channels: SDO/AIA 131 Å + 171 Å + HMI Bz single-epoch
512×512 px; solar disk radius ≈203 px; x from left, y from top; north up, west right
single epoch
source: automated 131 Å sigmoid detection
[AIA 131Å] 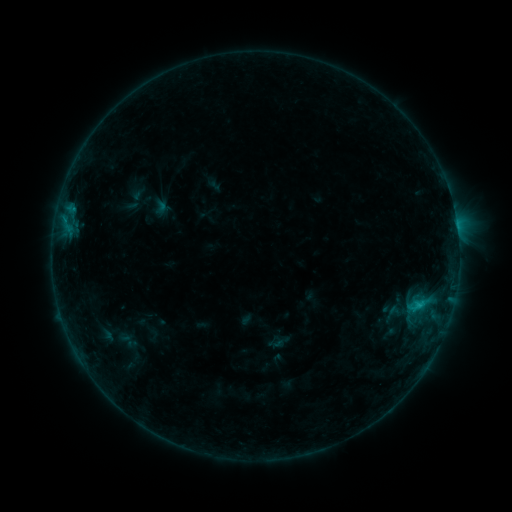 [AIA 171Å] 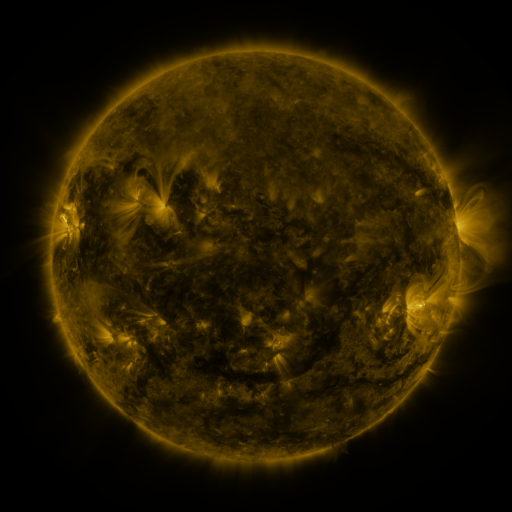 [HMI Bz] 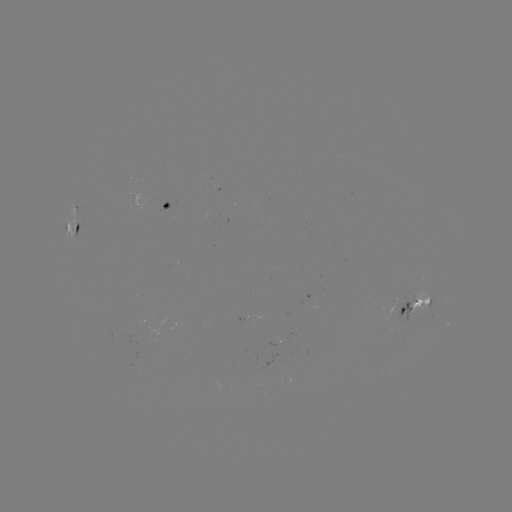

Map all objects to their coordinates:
sigmoid: (393, 312)
